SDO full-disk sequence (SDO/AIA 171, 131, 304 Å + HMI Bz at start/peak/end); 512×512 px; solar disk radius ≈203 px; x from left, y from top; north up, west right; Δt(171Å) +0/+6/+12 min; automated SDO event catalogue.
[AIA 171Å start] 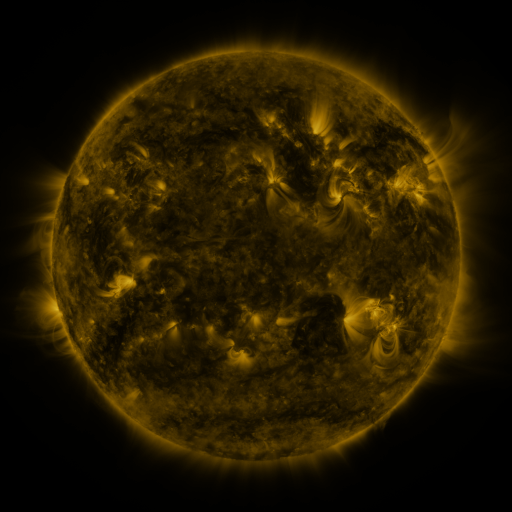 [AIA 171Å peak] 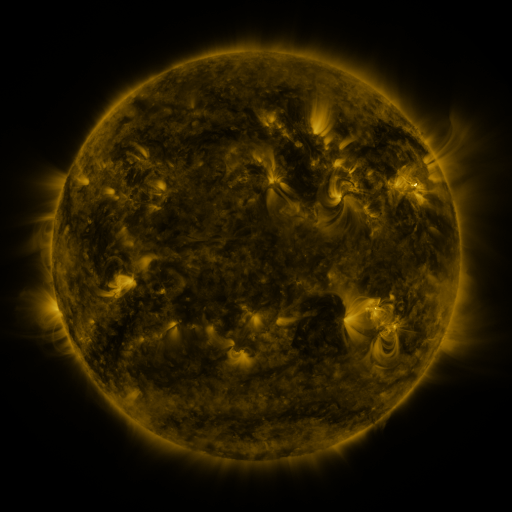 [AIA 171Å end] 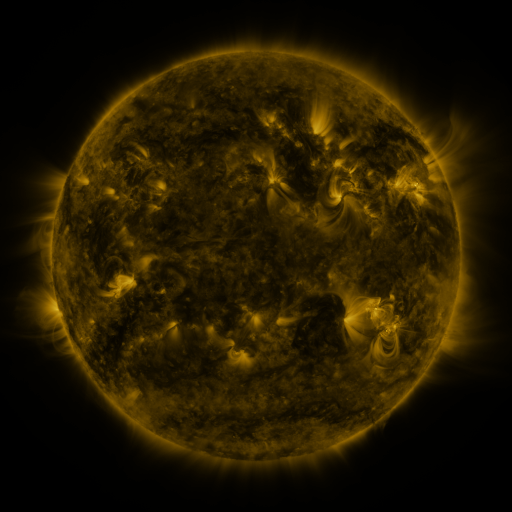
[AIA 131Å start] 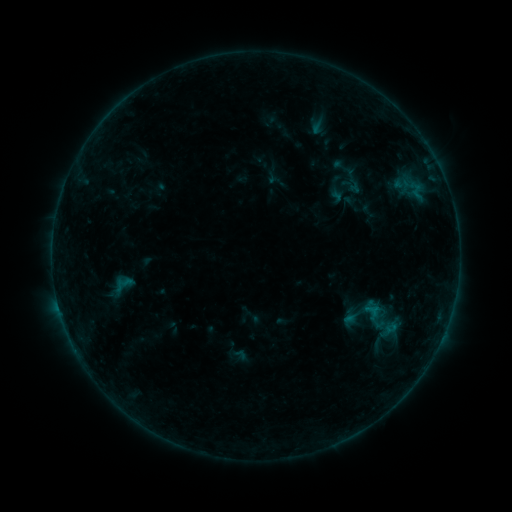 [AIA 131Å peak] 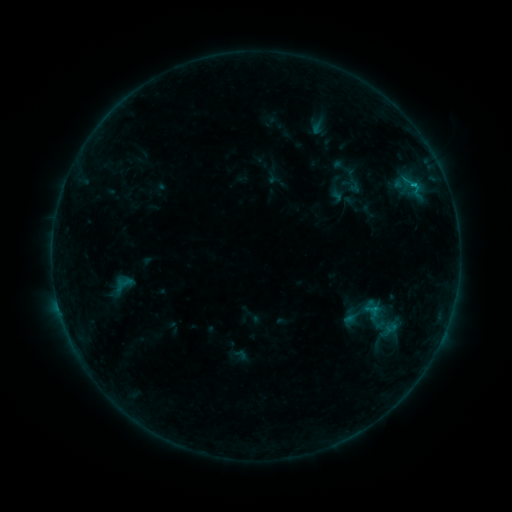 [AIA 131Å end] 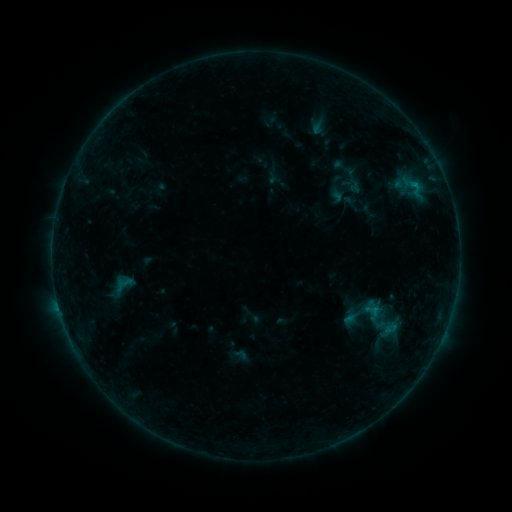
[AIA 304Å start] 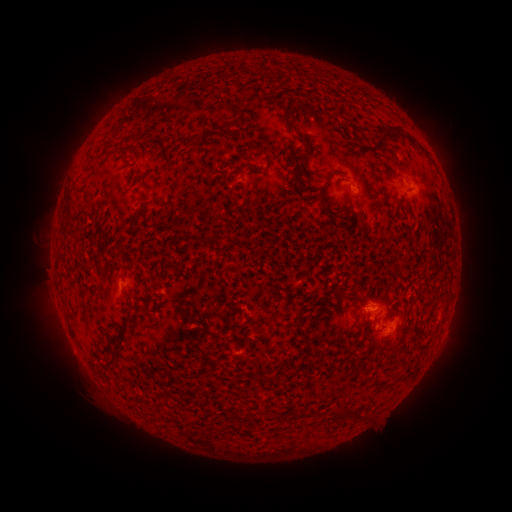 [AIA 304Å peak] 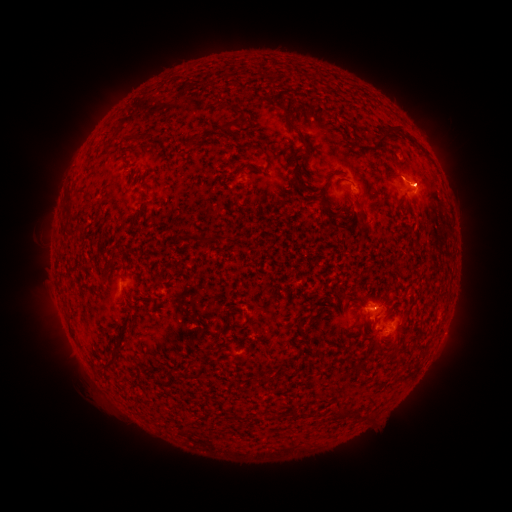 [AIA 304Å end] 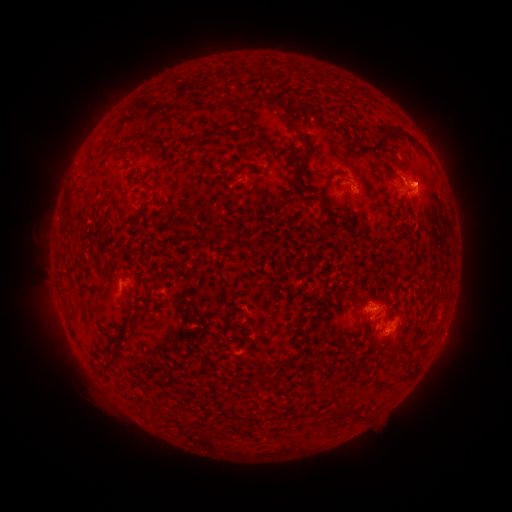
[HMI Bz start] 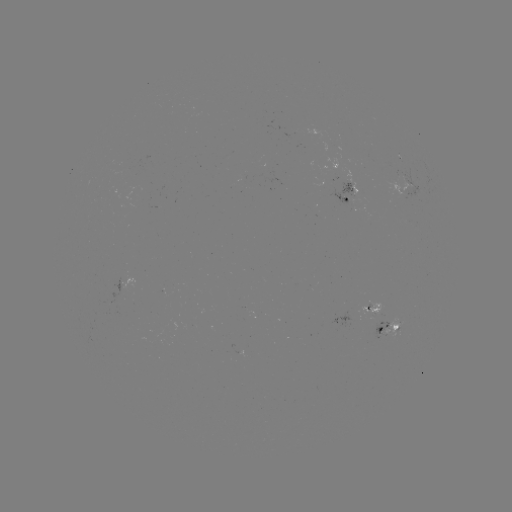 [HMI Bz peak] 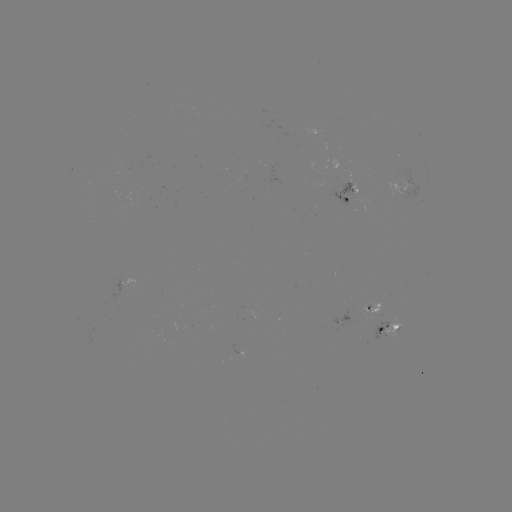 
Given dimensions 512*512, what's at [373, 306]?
B4.4 flare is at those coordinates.